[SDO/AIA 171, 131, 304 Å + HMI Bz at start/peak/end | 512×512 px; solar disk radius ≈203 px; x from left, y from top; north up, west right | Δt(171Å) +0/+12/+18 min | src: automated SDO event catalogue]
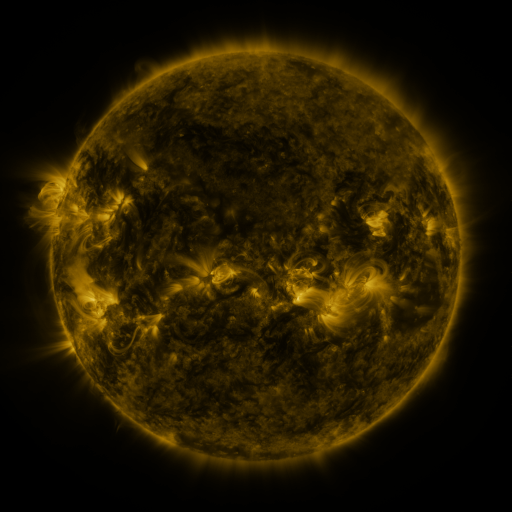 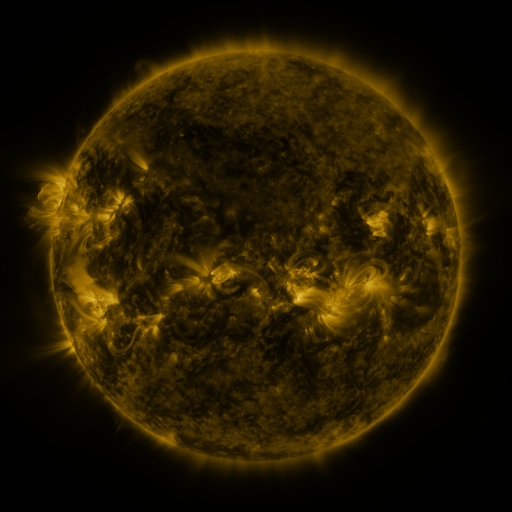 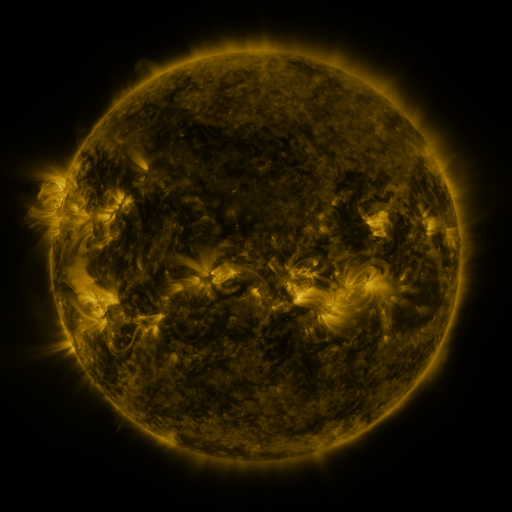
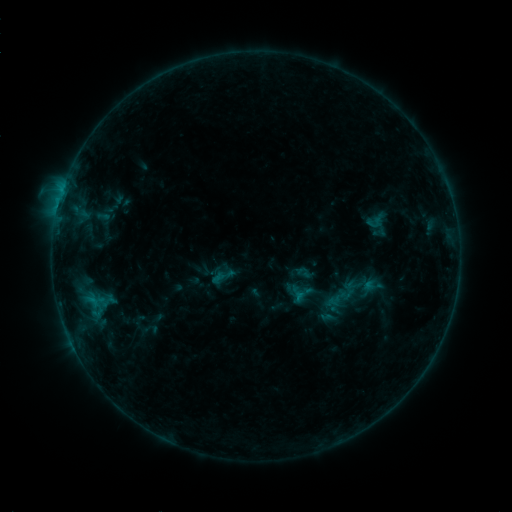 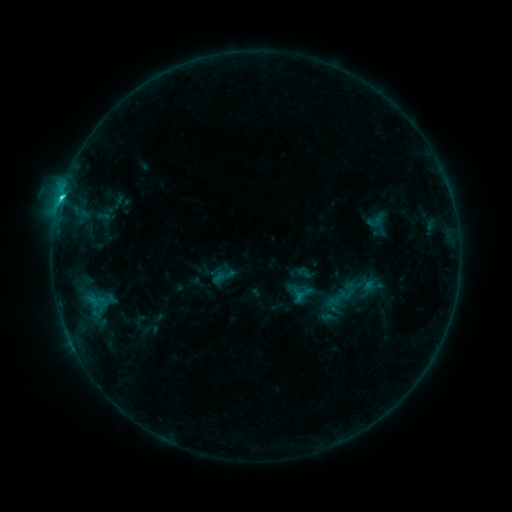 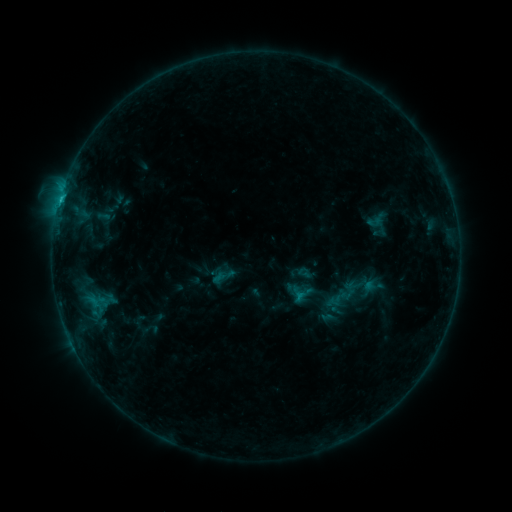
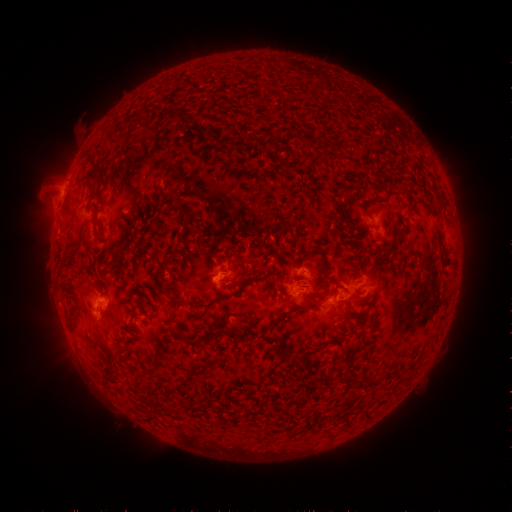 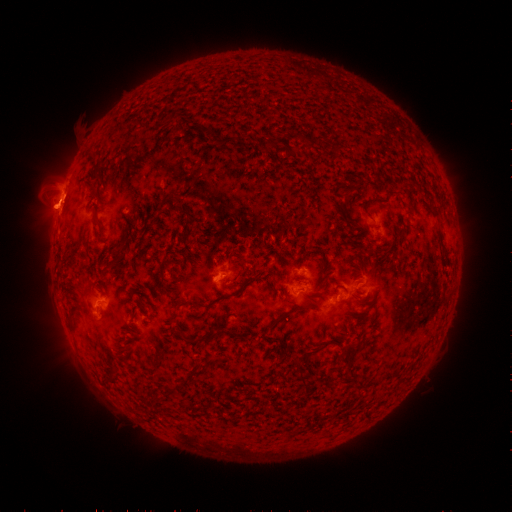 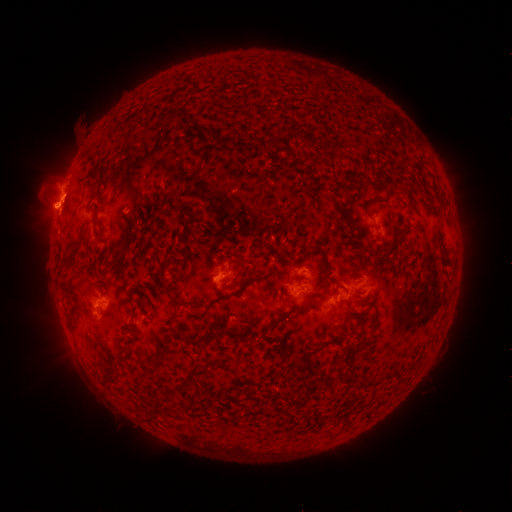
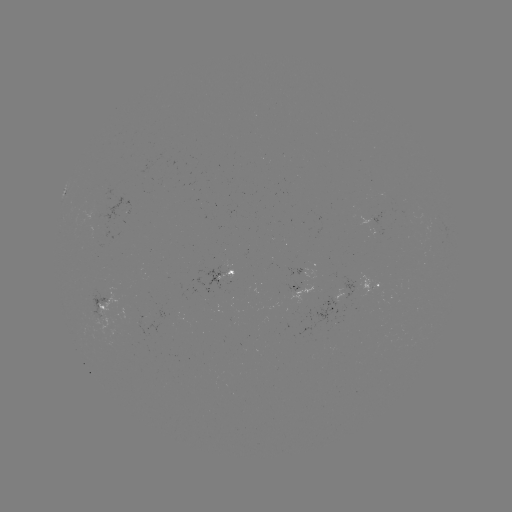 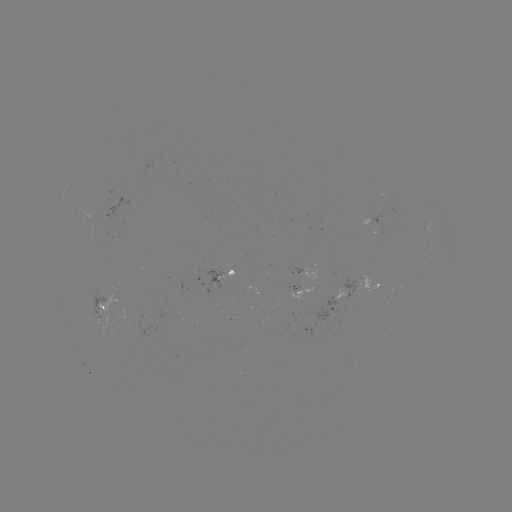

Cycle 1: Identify C2.0 flare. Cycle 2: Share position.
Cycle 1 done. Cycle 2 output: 62,199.